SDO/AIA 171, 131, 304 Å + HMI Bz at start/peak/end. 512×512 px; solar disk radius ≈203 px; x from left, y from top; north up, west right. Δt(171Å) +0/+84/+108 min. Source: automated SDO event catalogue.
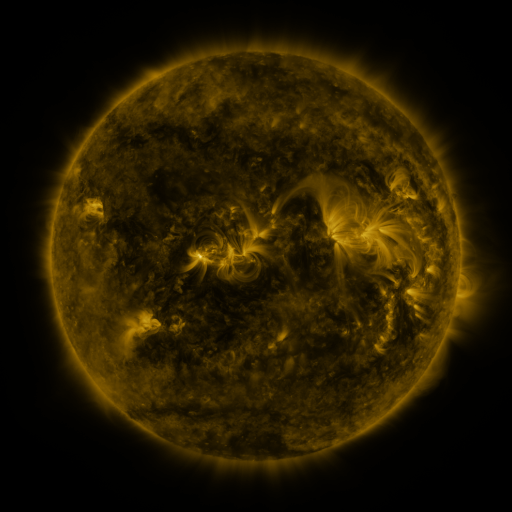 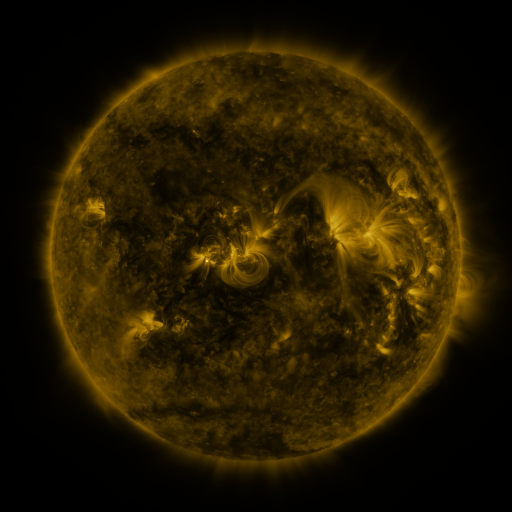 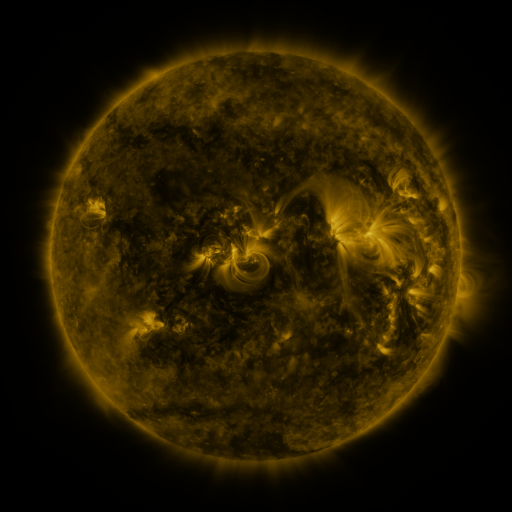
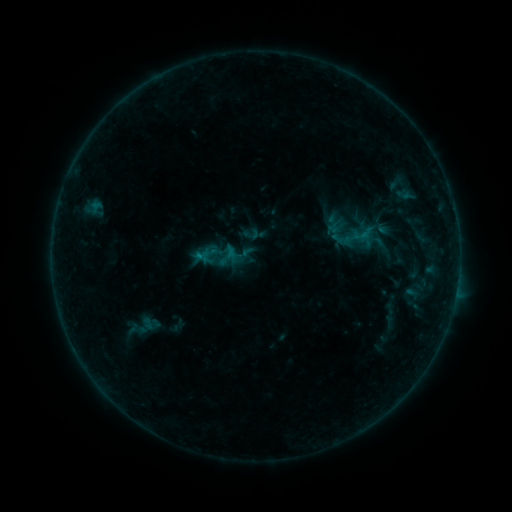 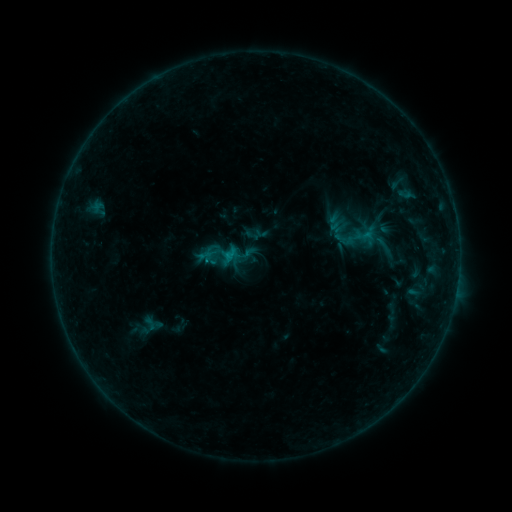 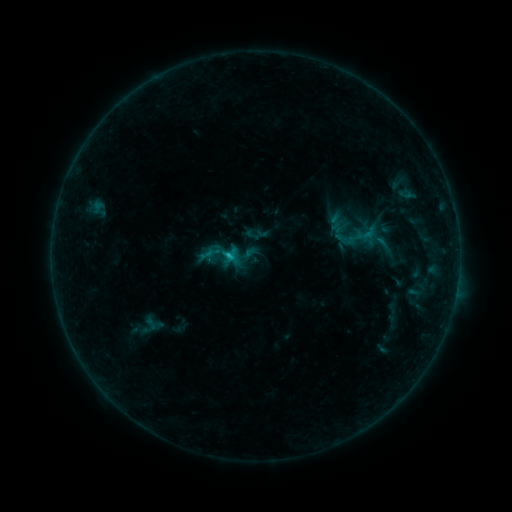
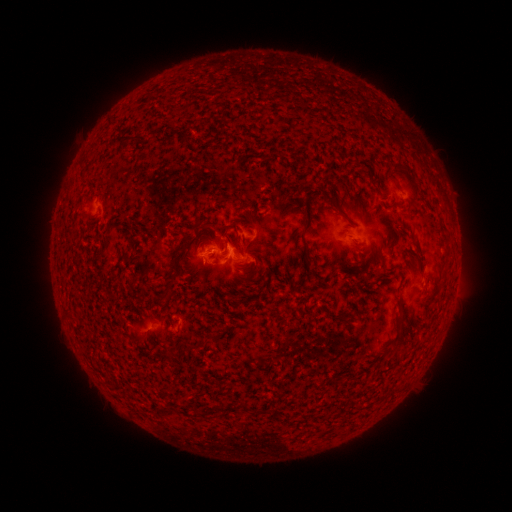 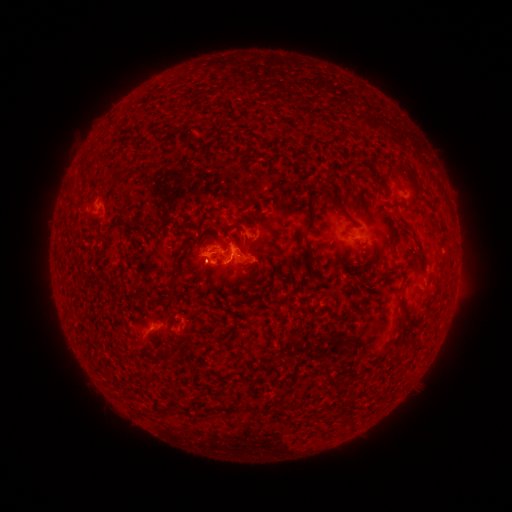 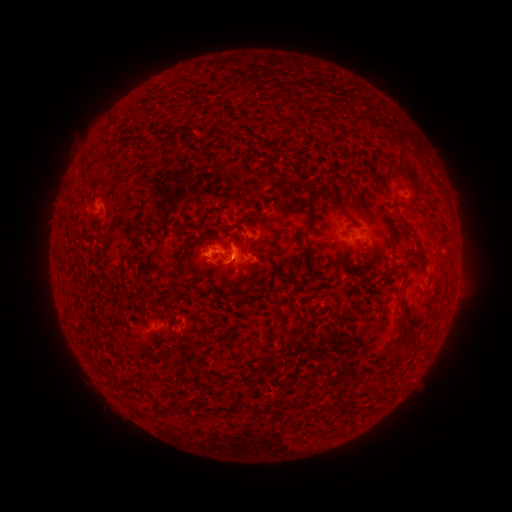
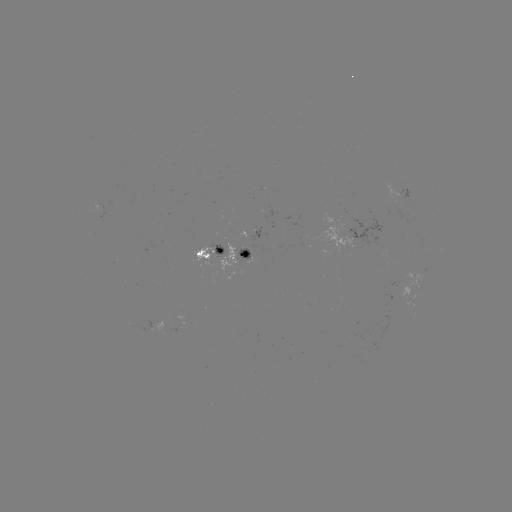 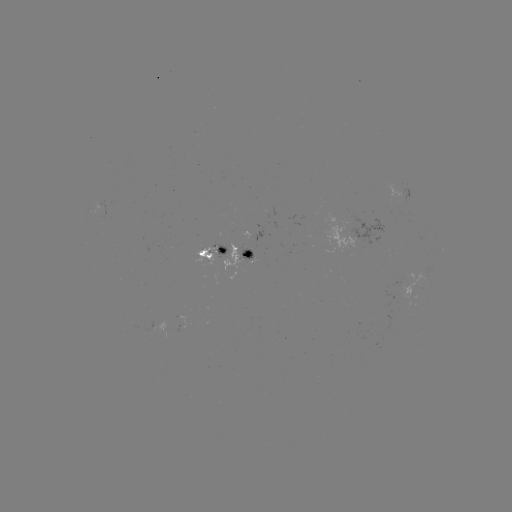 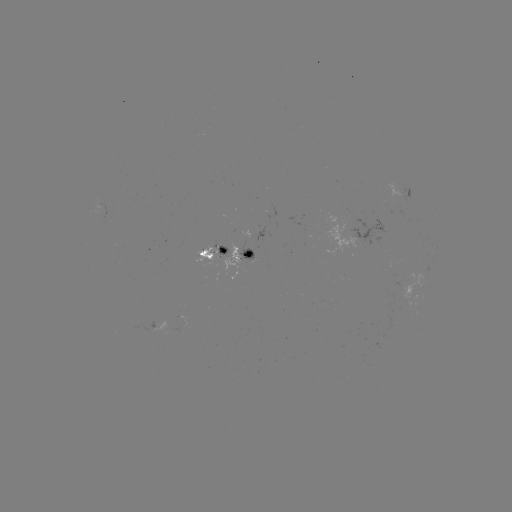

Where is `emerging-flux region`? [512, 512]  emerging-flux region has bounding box [221, 242, 239, 279].